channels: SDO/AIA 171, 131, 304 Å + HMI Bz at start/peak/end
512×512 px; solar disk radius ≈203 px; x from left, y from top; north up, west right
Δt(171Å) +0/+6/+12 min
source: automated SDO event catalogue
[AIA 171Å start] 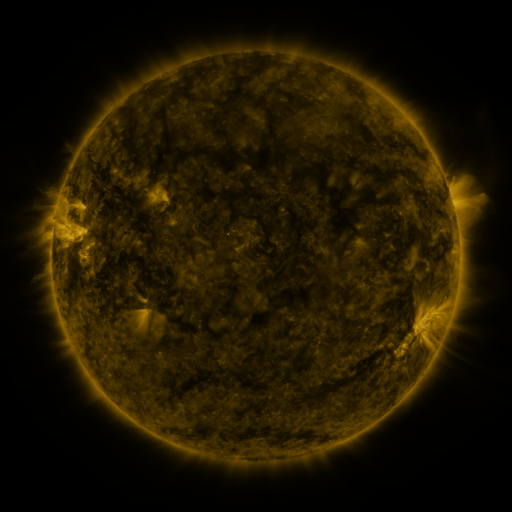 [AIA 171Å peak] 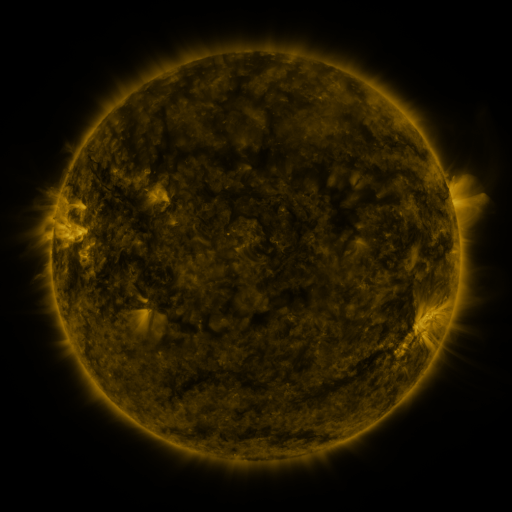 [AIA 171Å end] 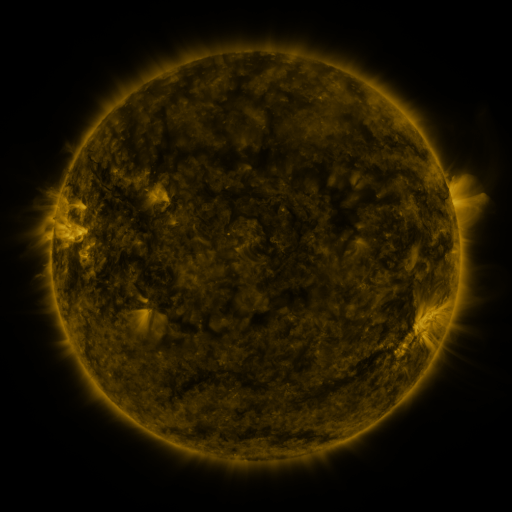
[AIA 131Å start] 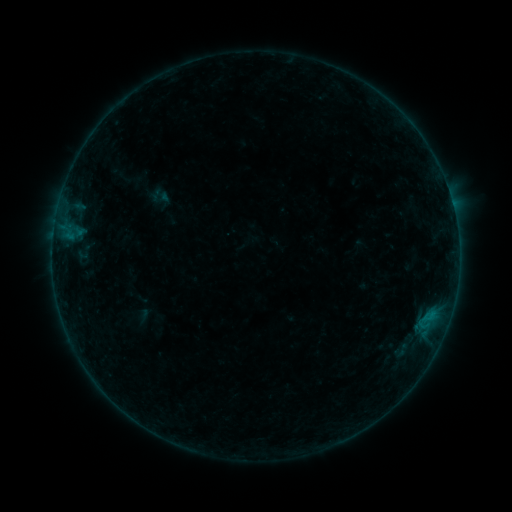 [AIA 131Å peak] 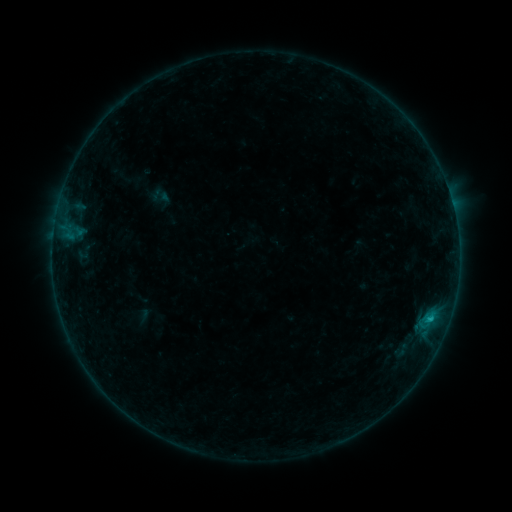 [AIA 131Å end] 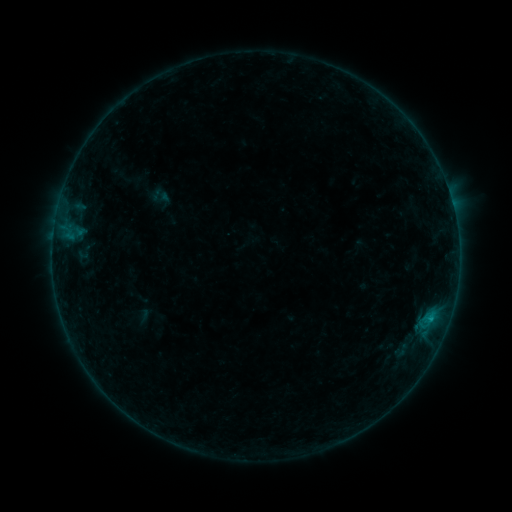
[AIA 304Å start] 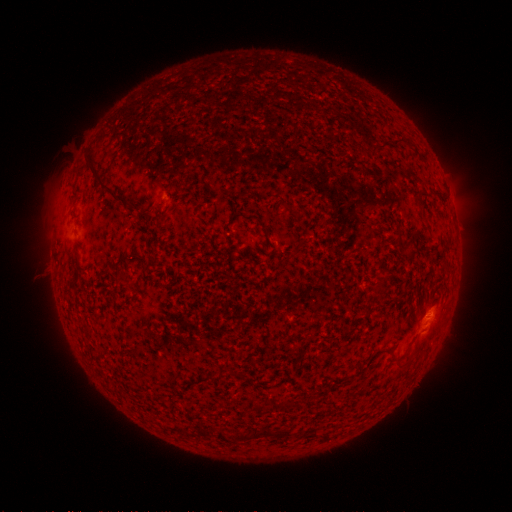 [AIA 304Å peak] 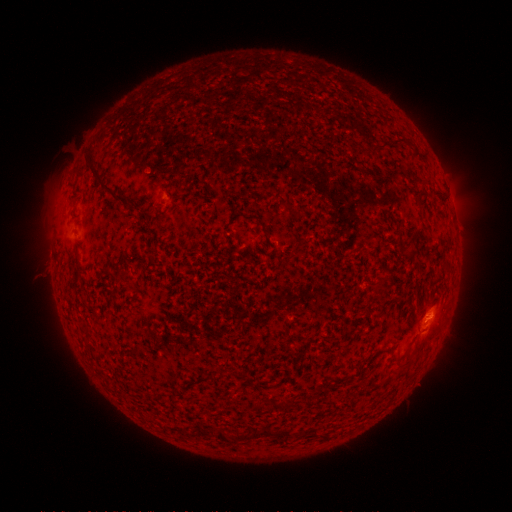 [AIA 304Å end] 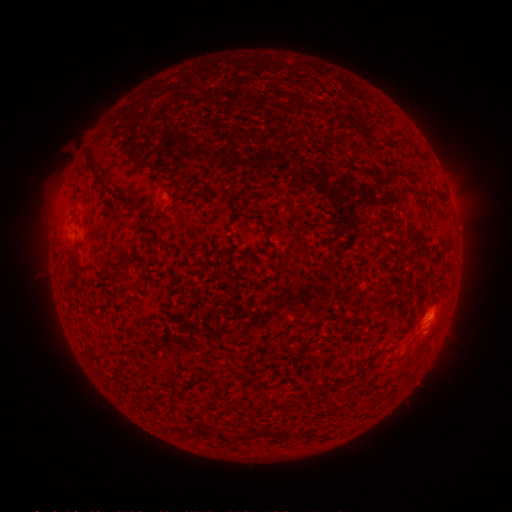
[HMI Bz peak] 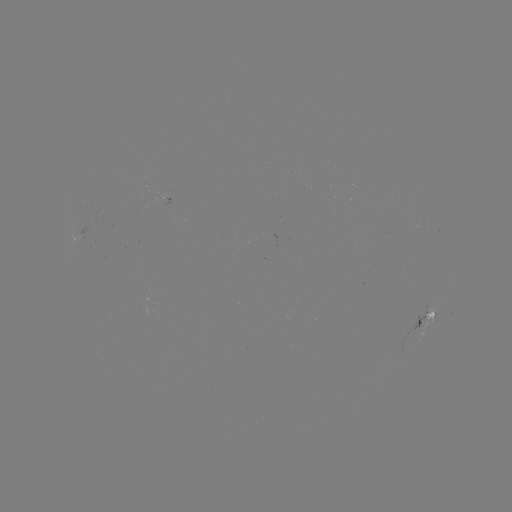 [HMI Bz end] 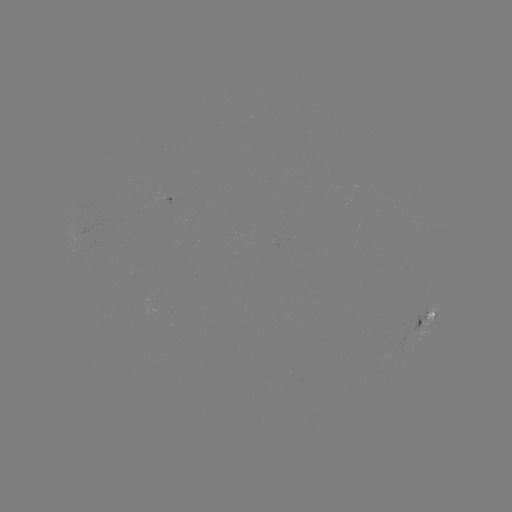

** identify B3.9 flare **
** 429,319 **